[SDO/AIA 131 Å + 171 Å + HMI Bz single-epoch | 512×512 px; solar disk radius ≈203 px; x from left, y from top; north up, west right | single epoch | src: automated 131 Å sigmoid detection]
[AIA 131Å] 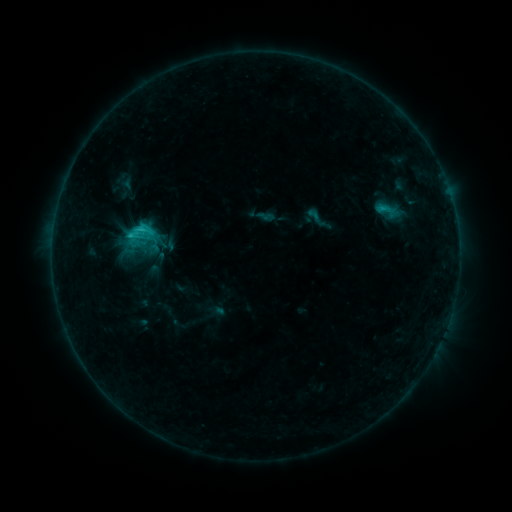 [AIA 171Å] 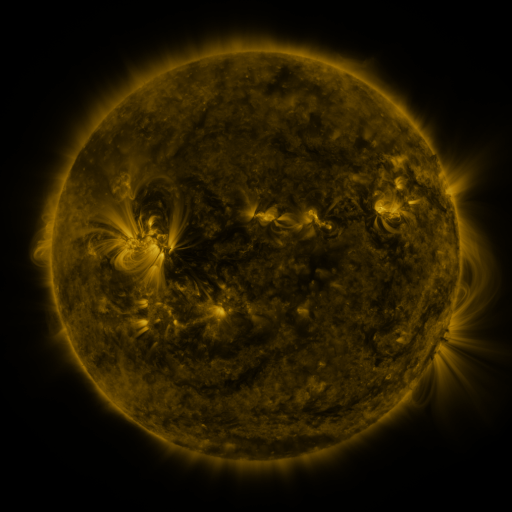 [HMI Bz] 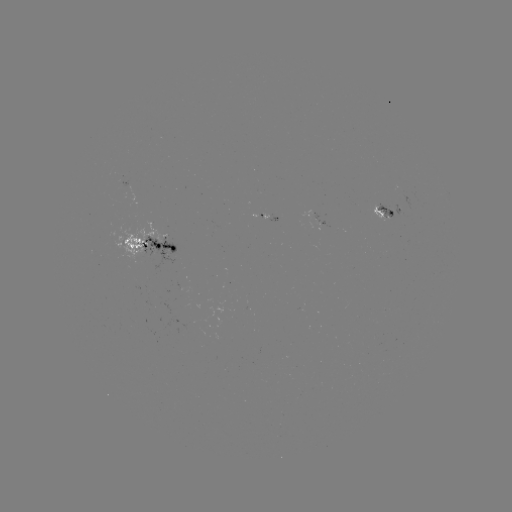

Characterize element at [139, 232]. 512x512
sigmoid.